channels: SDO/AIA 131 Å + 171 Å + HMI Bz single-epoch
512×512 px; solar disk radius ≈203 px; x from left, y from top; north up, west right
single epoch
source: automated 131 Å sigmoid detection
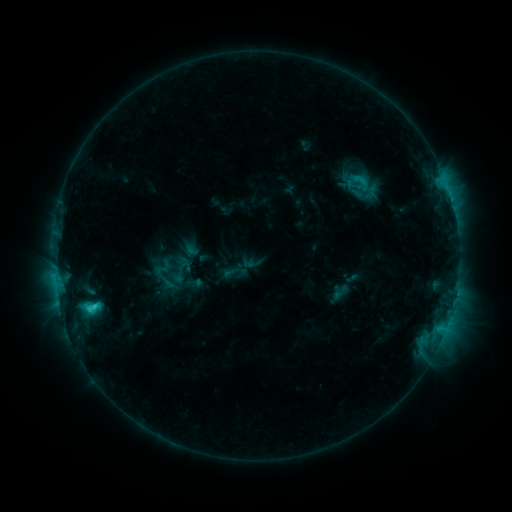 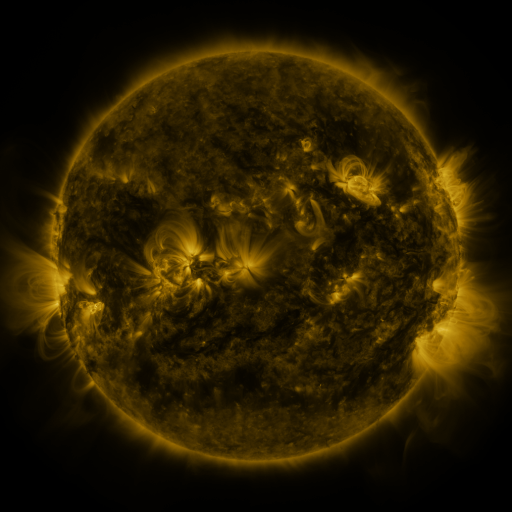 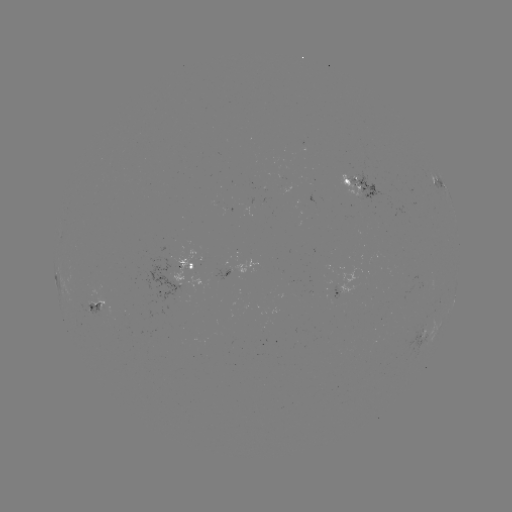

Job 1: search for sigmoid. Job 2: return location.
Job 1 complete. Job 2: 361,182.